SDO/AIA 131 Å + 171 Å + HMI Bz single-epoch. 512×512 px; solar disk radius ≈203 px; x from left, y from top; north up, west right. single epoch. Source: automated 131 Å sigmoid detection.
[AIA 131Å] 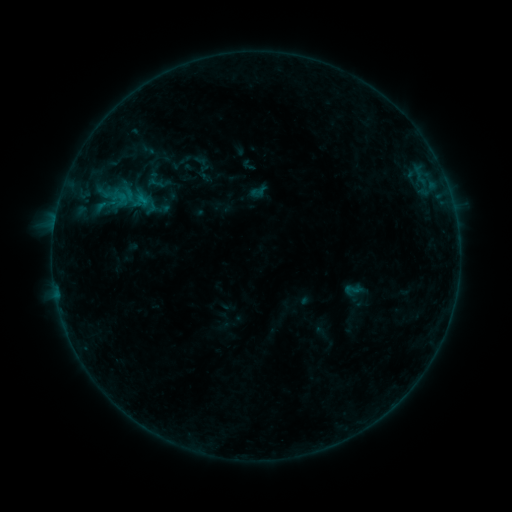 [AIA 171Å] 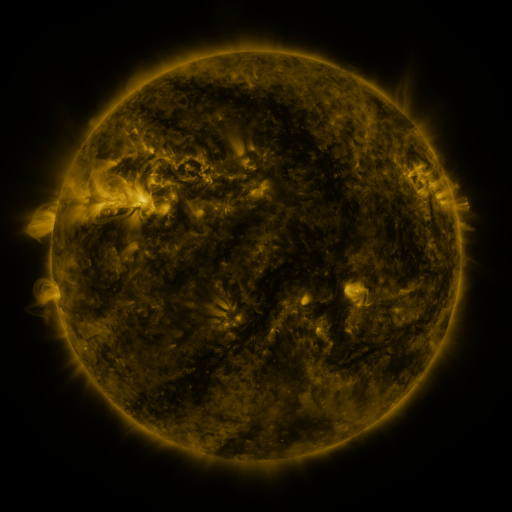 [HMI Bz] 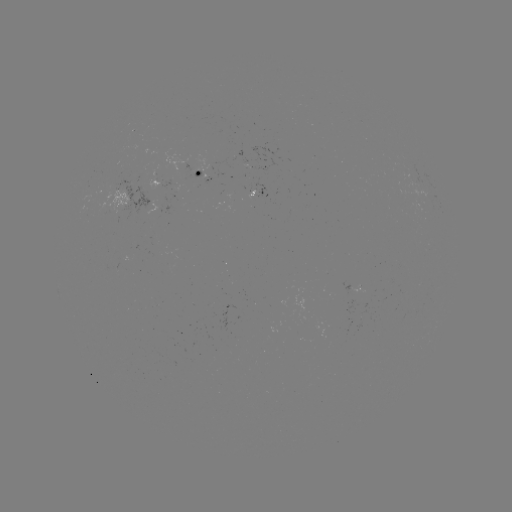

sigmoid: [343, 280, 361, 299]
